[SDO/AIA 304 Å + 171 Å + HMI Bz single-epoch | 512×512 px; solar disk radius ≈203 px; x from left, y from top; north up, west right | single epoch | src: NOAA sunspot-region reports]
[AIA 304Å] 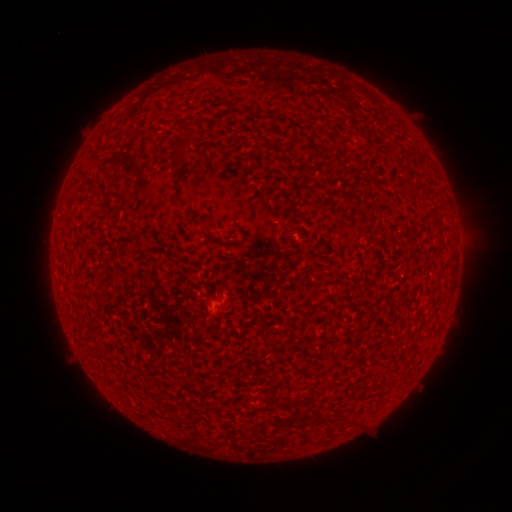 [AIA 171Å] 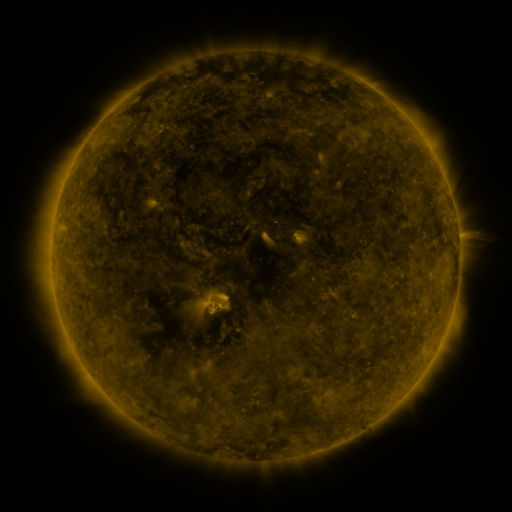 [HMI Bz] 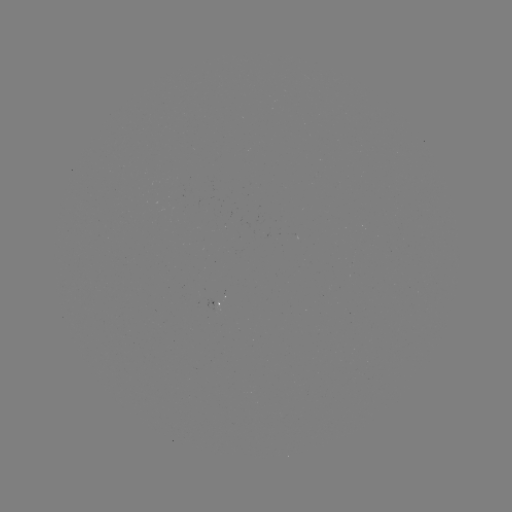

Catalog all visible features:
spotted active region: (220, 304)
